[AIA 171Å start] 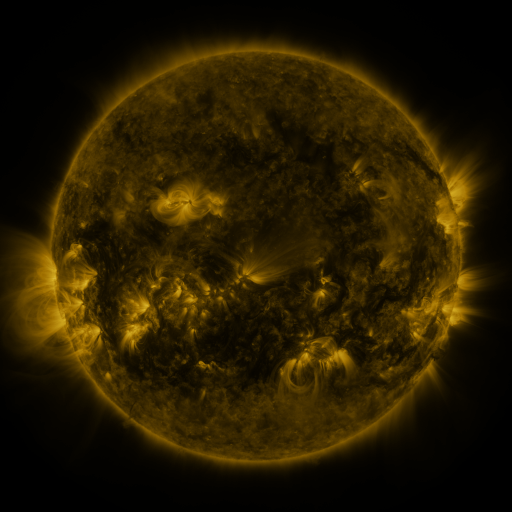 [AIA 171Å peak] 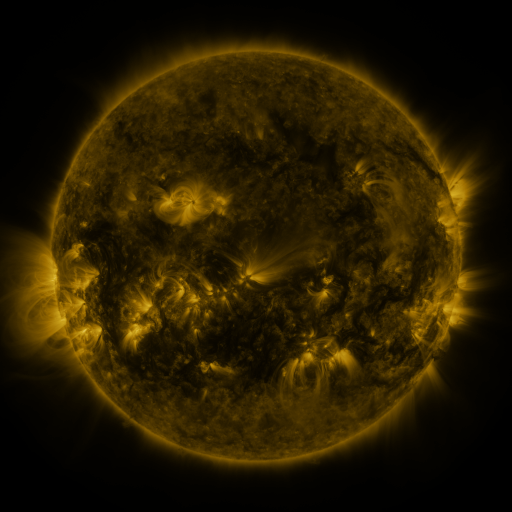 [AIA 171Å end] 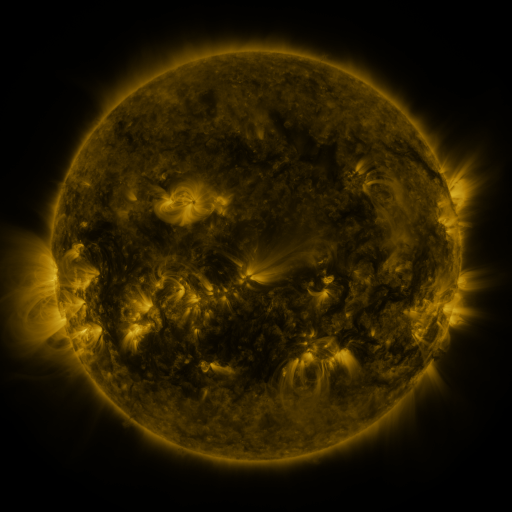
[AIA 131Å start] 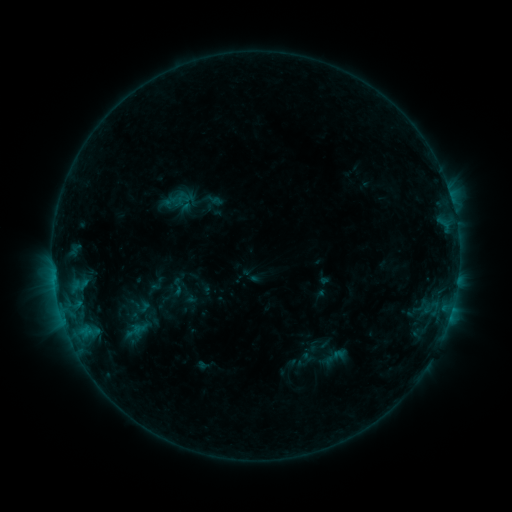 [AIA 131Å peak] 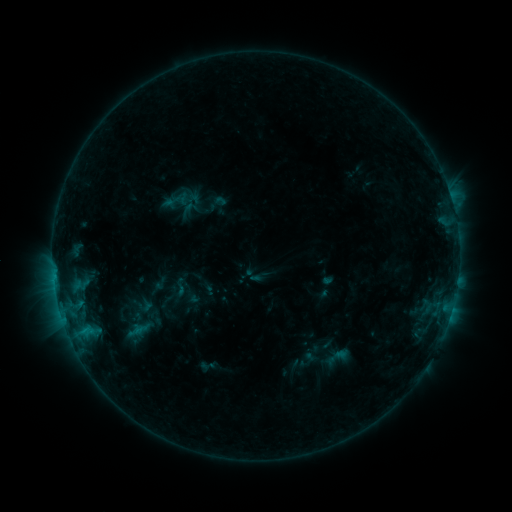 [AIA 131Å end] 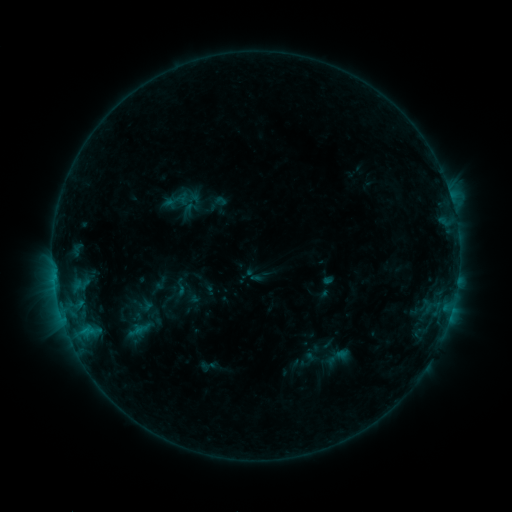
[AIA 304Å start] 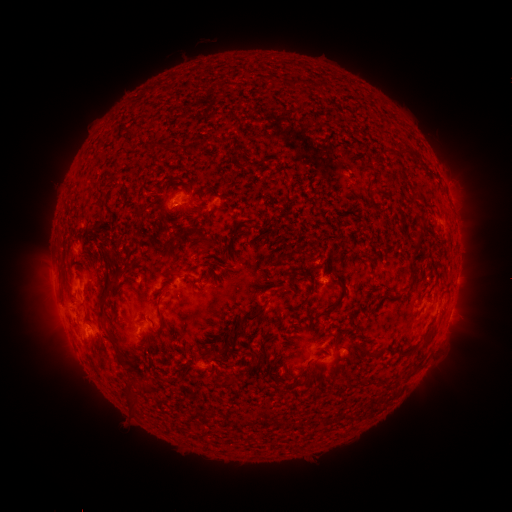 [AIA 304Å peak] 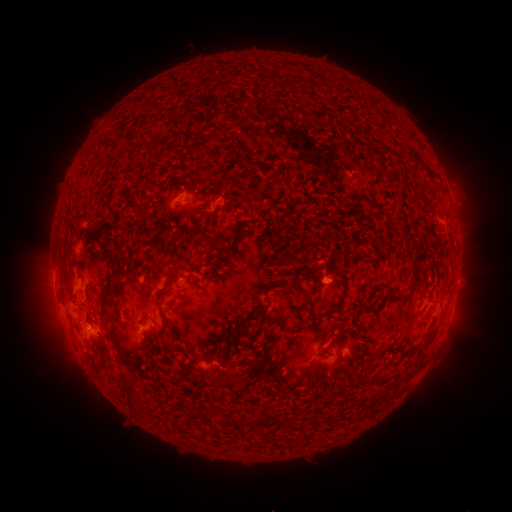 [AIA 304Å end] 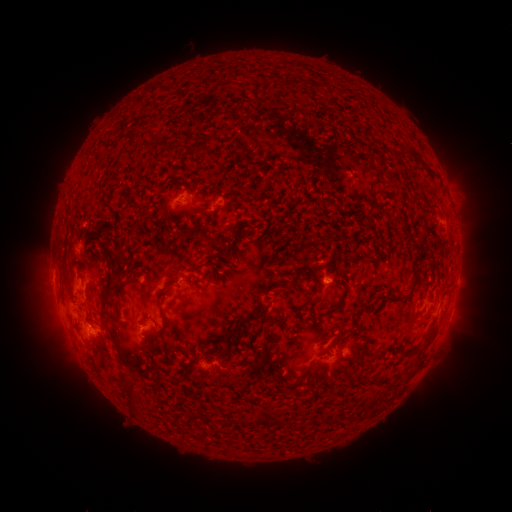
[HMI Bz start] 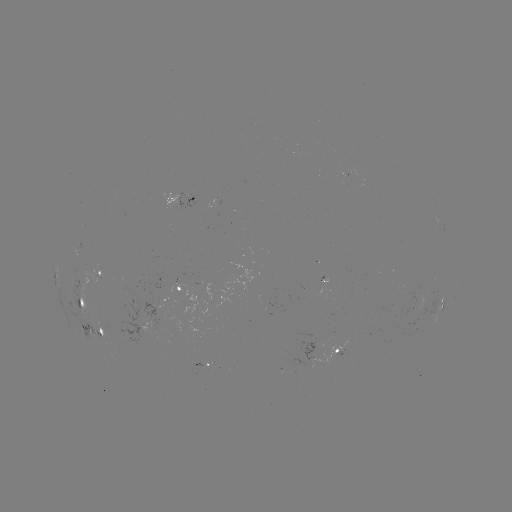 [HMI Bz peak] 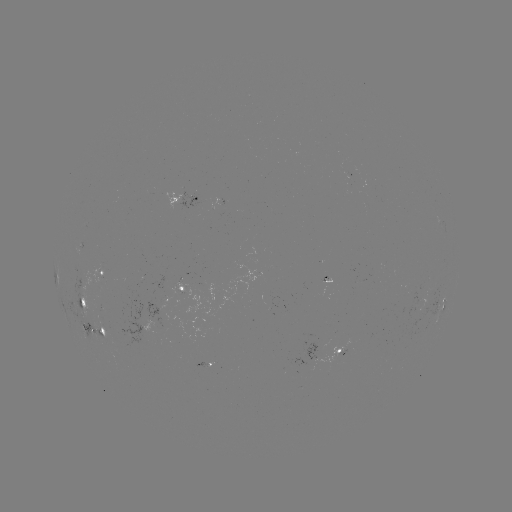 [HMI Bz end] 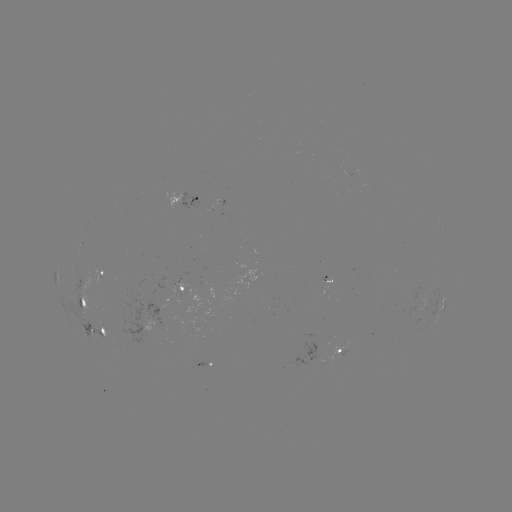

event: emerging-flux region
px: (327, 281)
